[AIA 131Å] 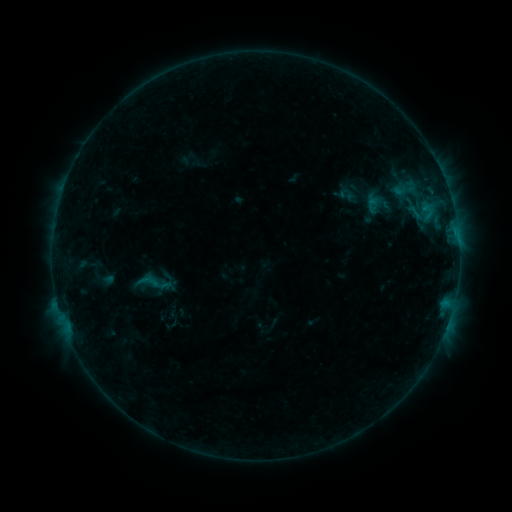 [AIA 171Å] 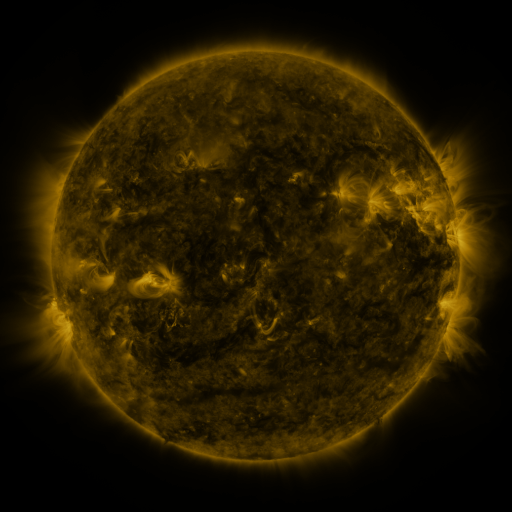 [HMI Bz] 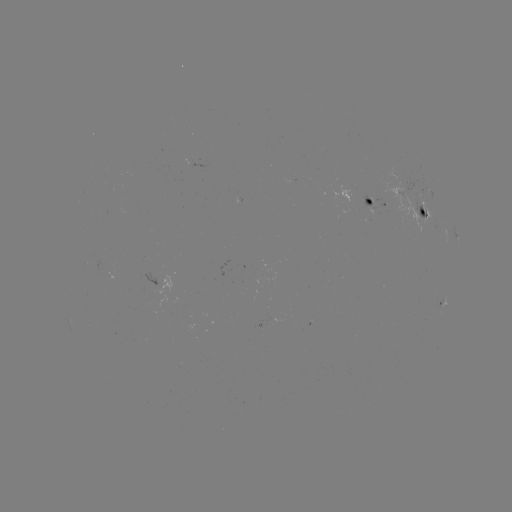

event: sigmoid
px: (154, 282)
